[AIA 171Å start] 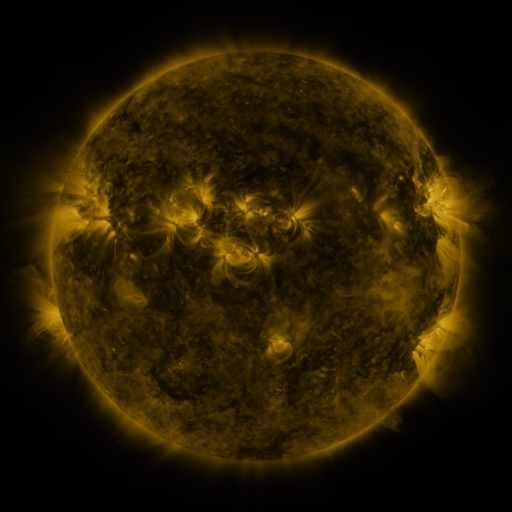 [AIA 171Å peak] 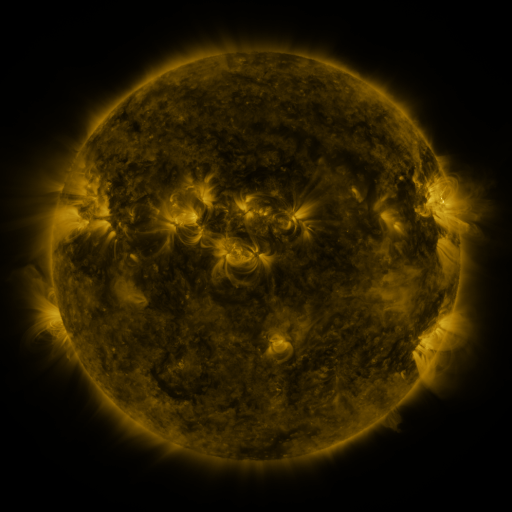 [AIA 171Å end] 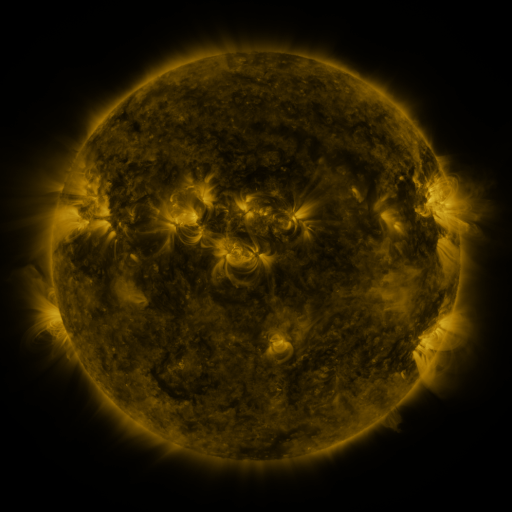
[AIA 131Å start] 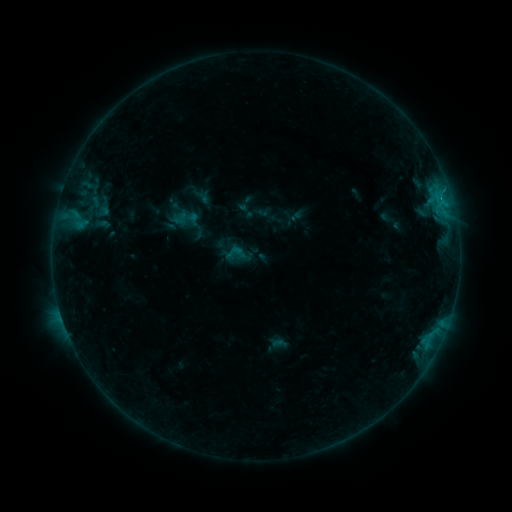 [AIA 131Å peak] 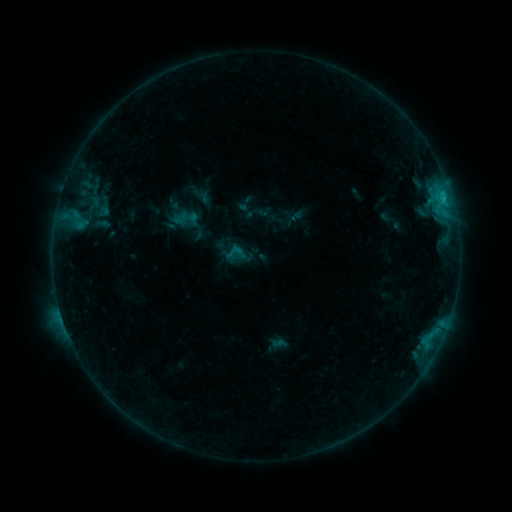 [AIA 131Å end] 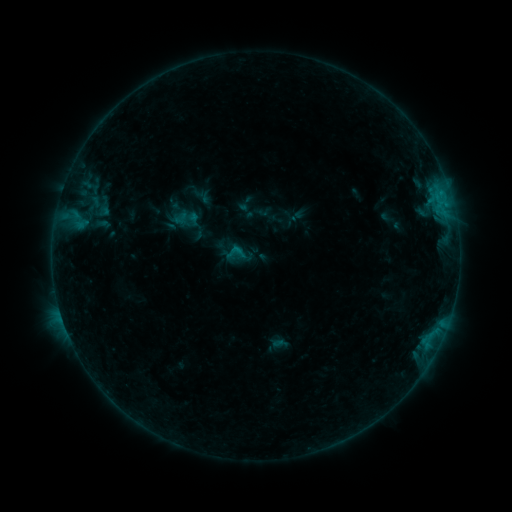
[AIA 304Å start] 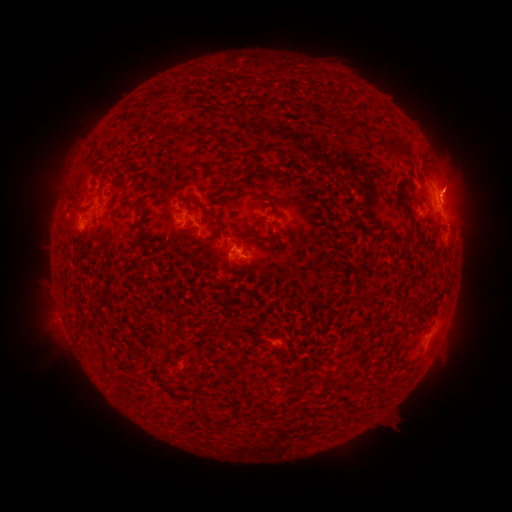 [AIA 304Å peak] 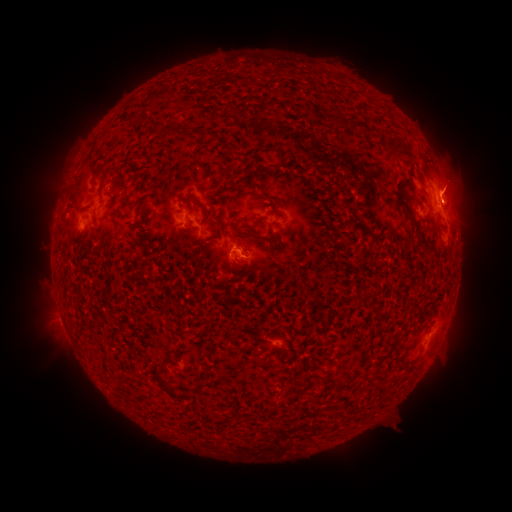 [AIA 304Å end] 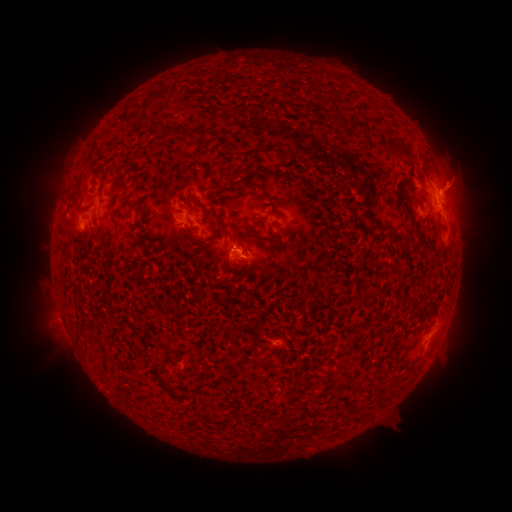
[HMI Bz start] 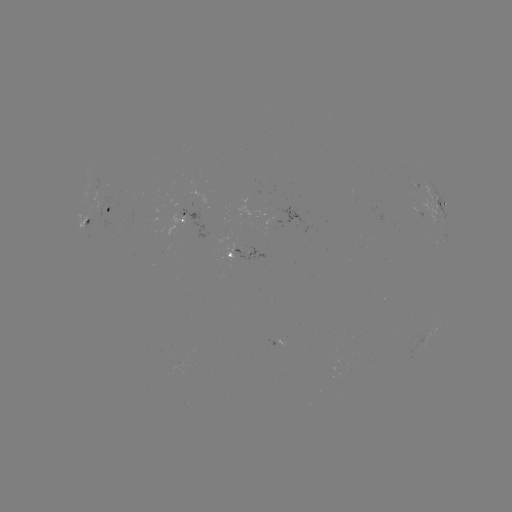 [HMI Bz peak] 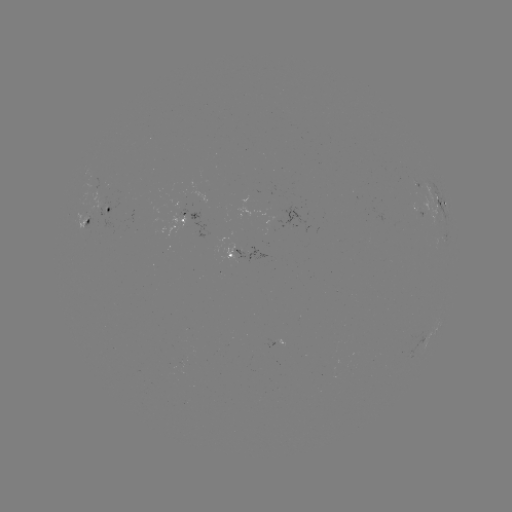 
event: flare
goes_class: B8.7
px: (441, 200)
